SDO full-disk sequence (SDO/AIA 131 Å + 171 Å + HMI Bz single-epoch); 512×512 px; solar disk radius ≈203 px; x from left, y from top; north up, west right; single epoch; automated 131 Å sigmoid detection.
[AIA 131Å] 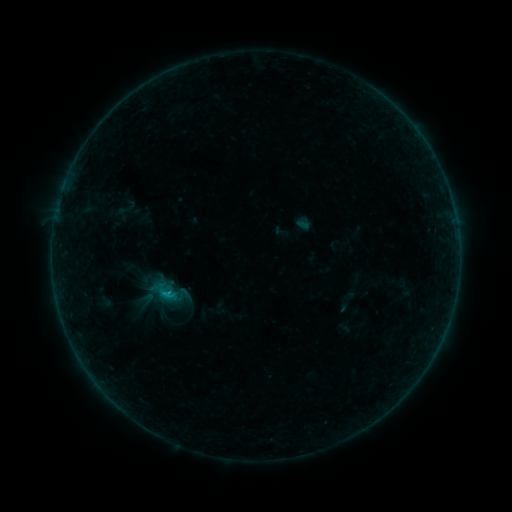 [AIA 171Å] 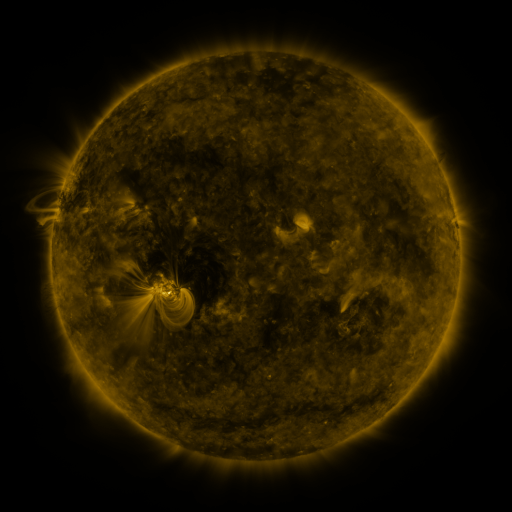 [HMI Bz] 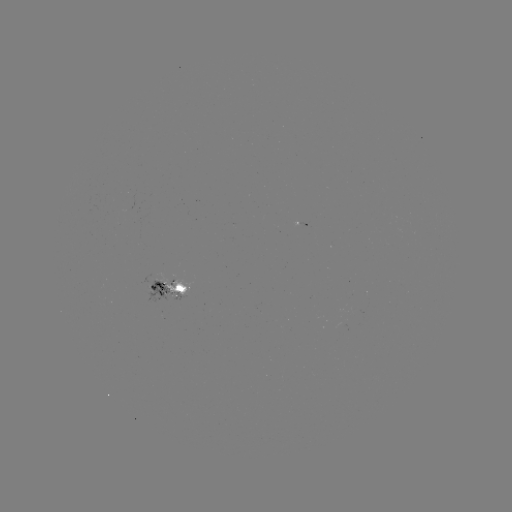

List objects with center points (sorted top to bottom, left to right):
sigmoid: (153, 279, 180, 306)
